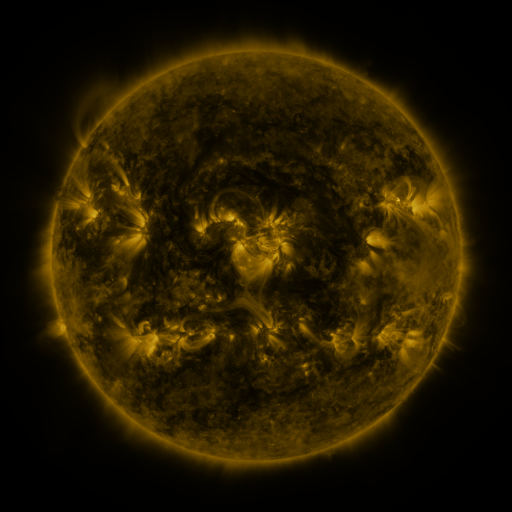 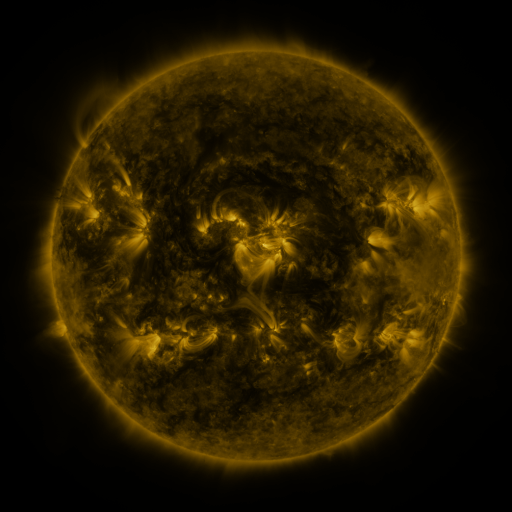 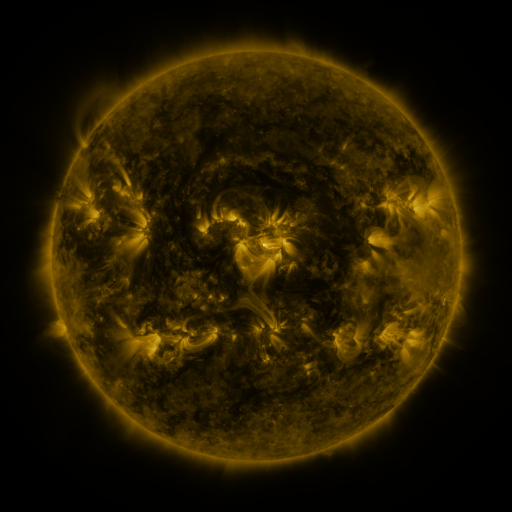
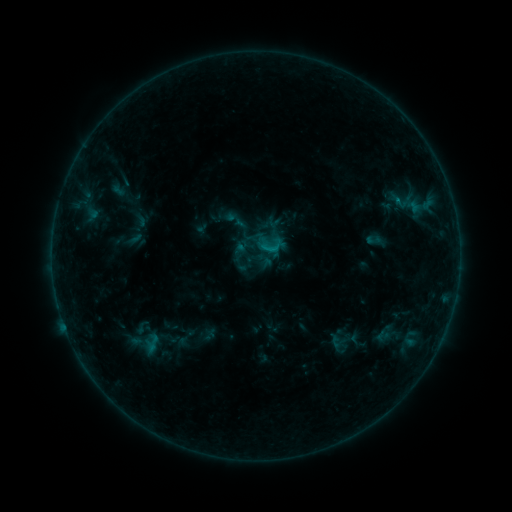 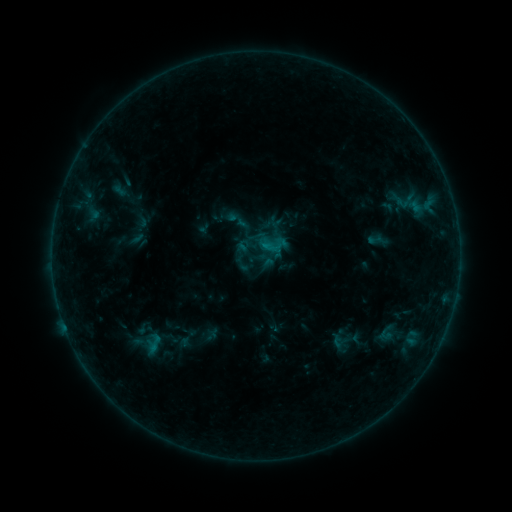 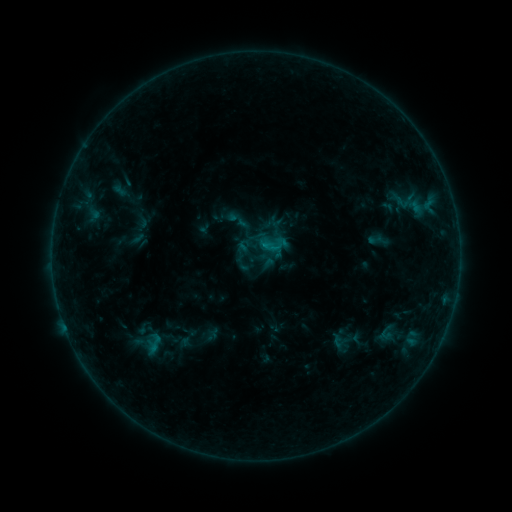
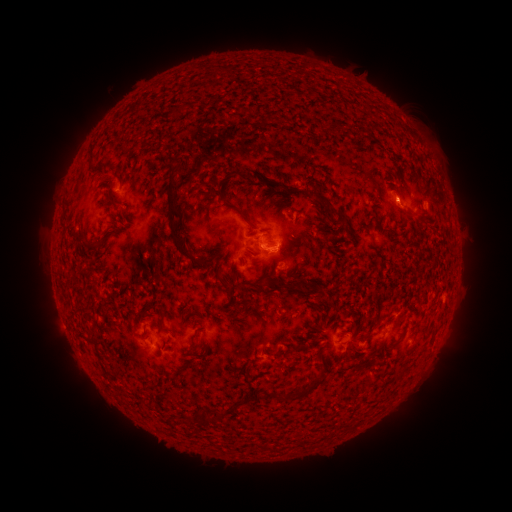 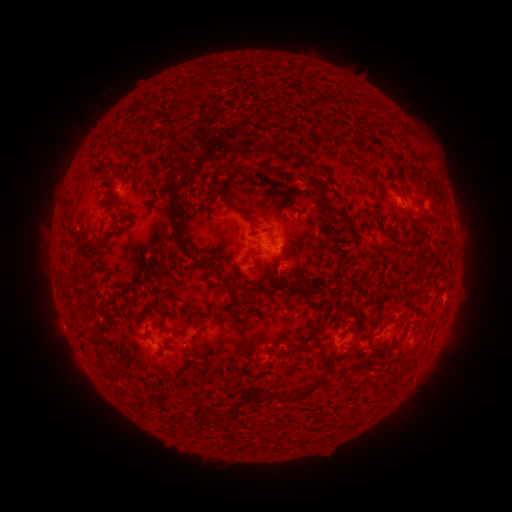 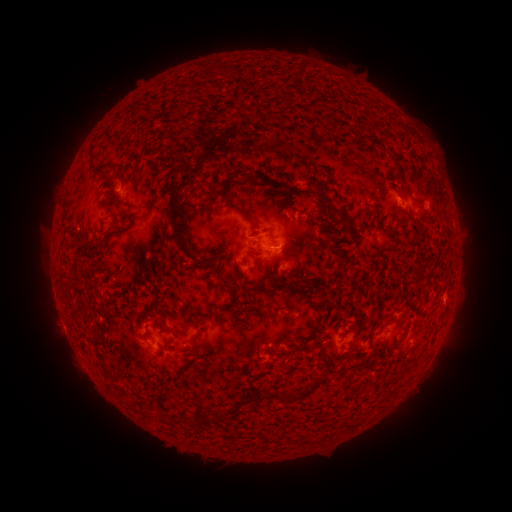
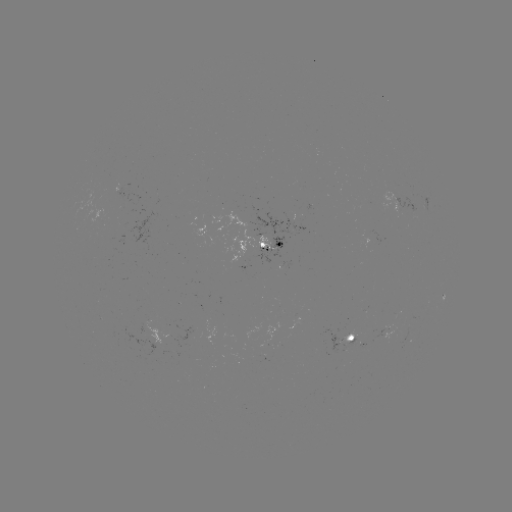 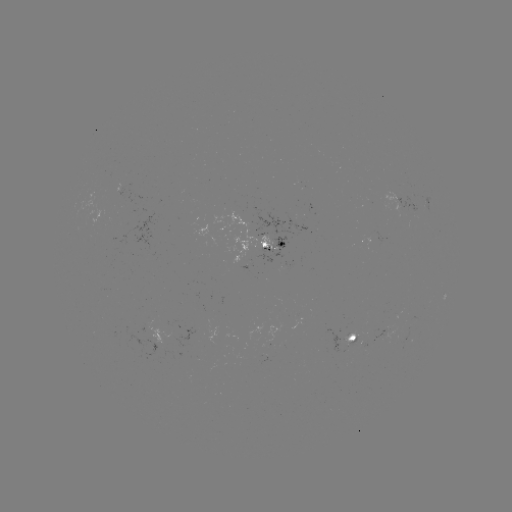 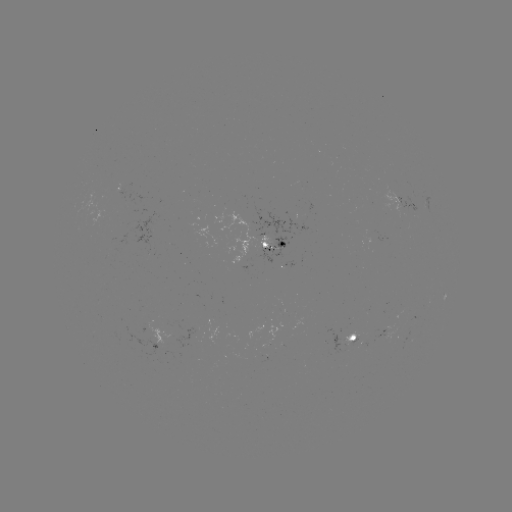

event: emerging-flux region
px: (396, 205)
